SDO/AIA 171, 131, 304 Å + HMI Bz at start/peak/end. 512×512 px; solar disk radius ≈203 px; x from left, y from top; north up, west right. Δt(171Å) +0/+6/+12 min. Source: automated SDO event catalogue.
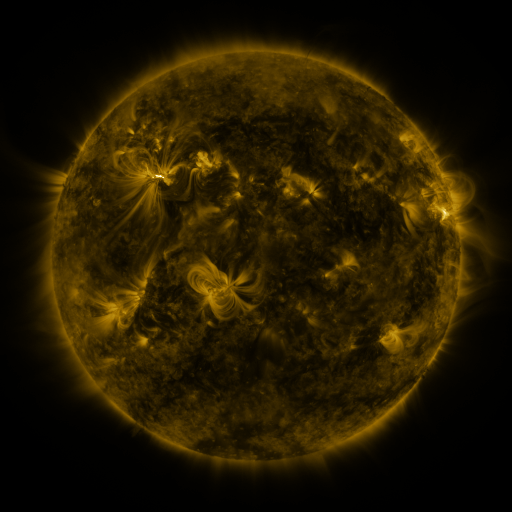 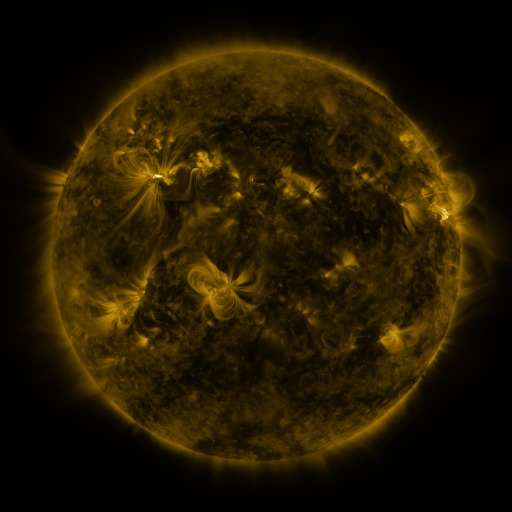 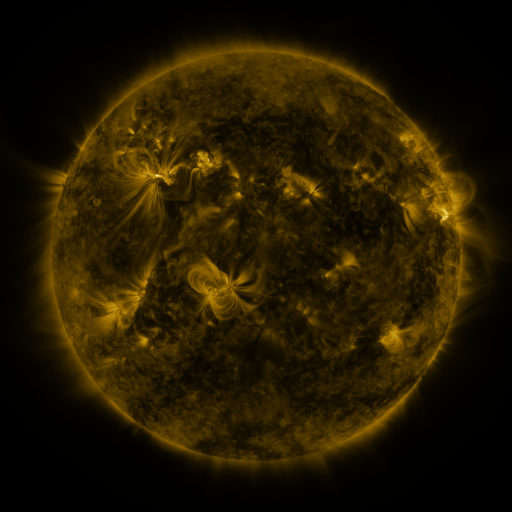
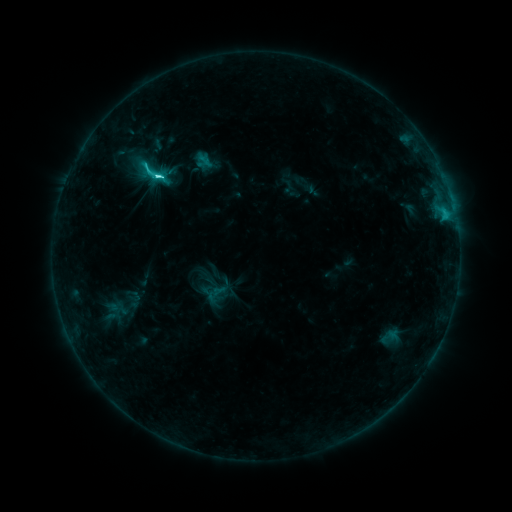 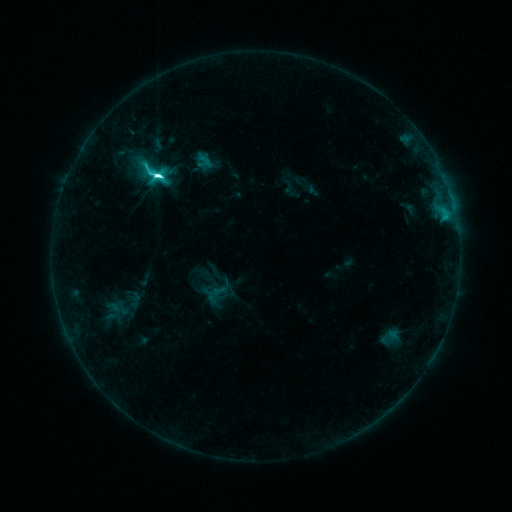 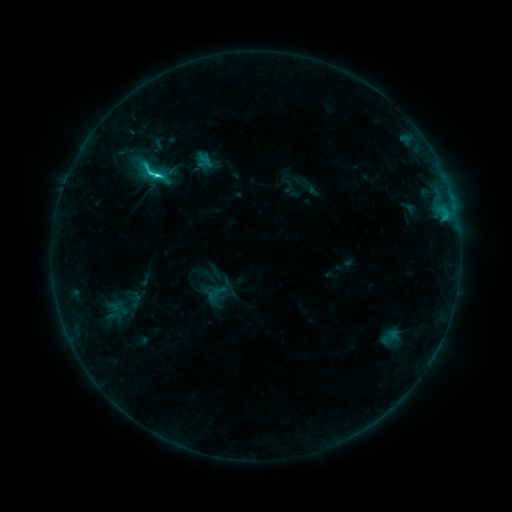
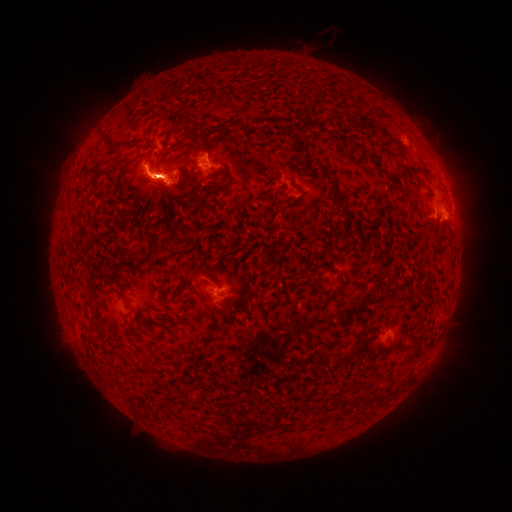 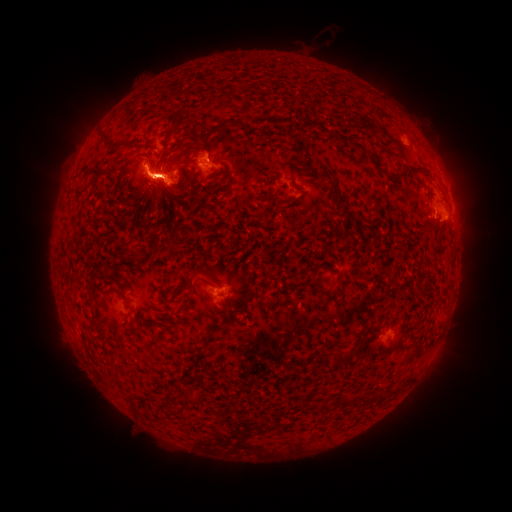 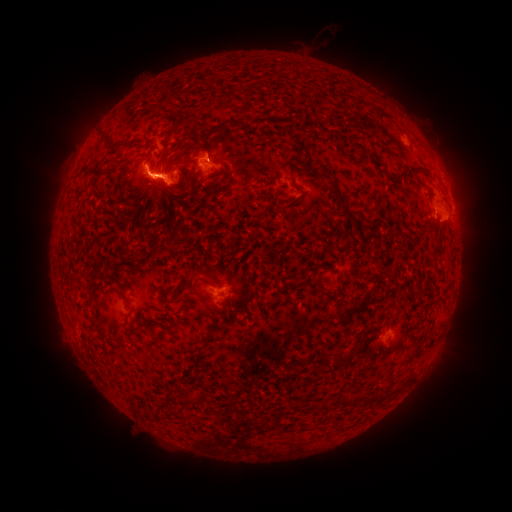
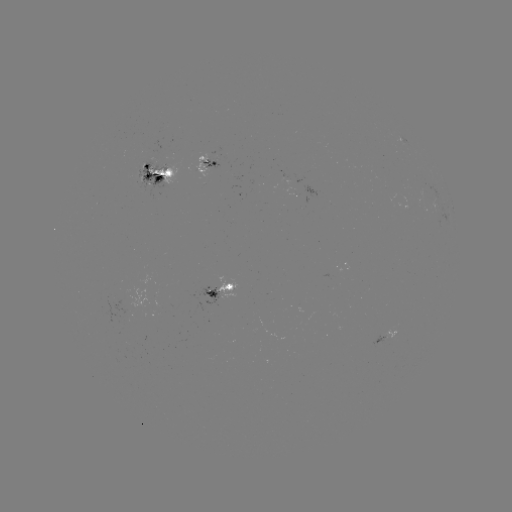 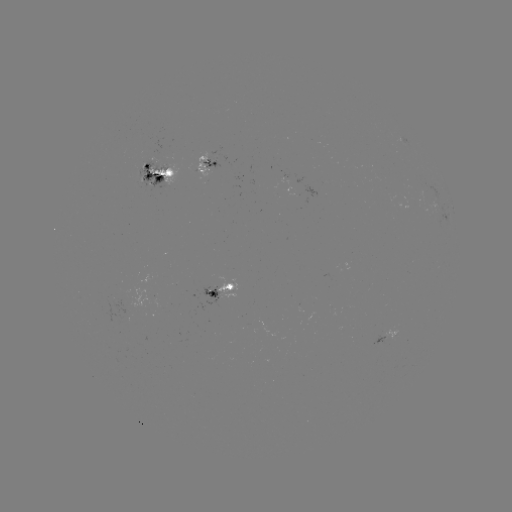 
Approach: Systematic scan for M1.3 flare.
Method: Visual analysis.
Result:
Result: M1.3 flare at (157, 178).